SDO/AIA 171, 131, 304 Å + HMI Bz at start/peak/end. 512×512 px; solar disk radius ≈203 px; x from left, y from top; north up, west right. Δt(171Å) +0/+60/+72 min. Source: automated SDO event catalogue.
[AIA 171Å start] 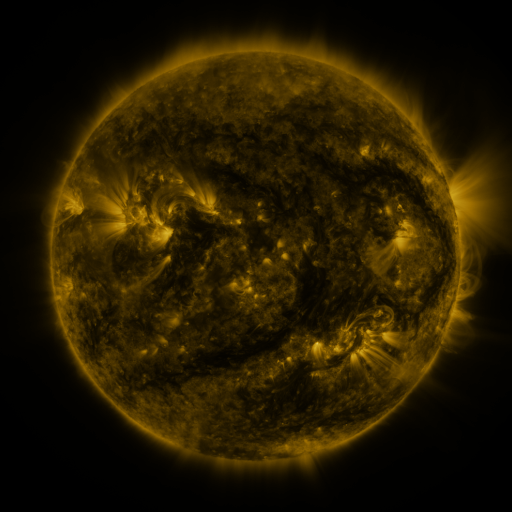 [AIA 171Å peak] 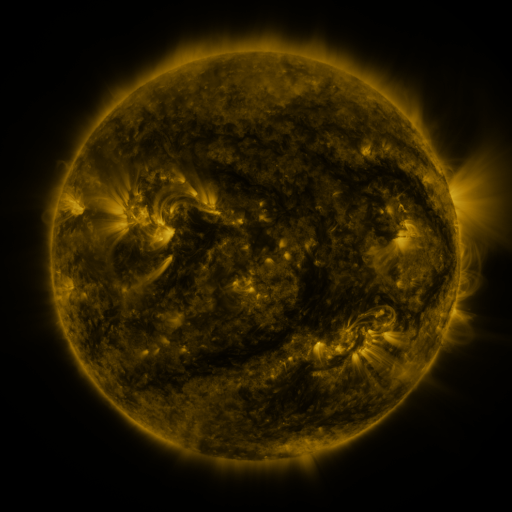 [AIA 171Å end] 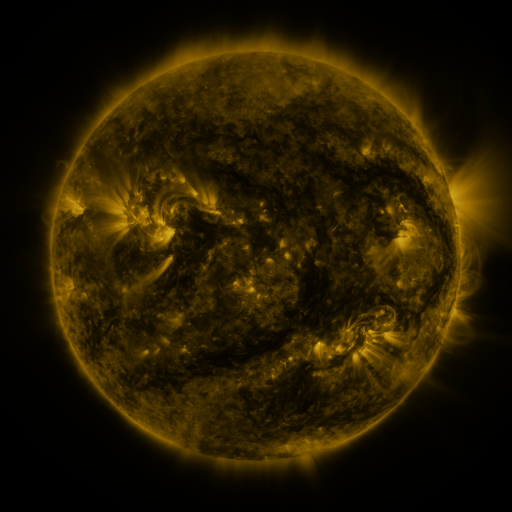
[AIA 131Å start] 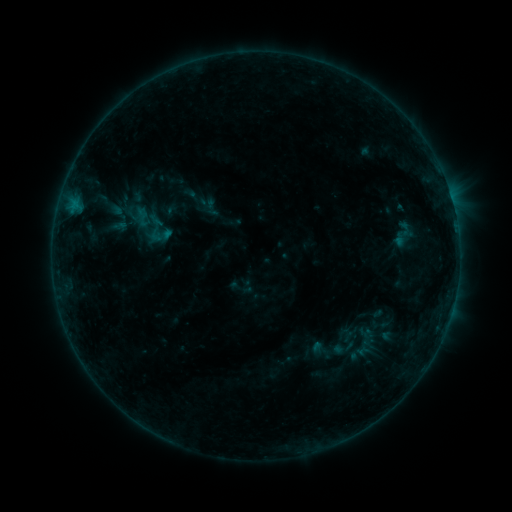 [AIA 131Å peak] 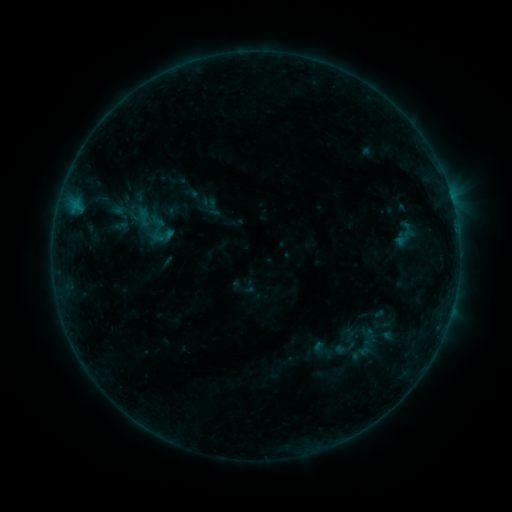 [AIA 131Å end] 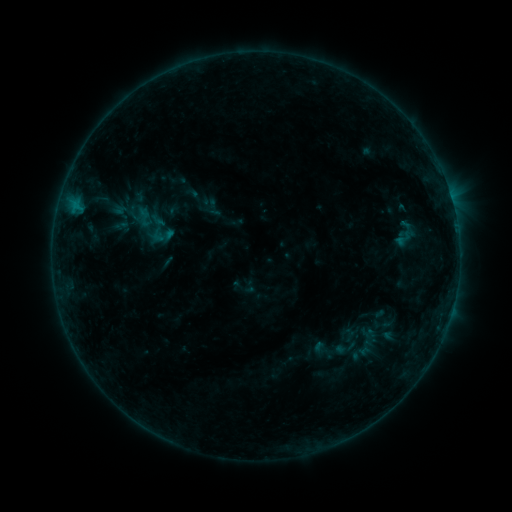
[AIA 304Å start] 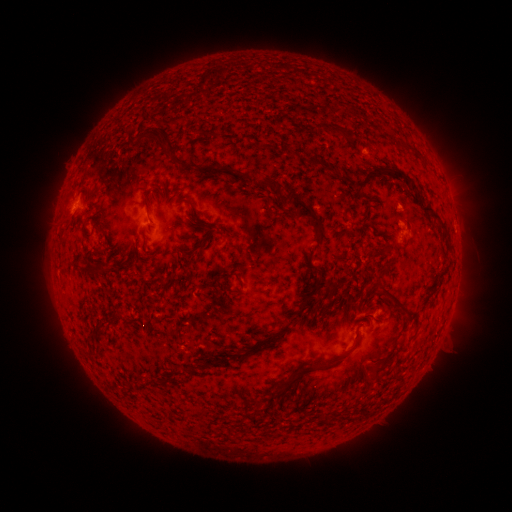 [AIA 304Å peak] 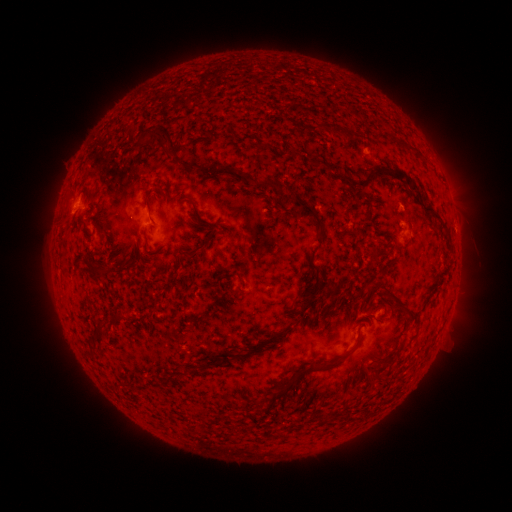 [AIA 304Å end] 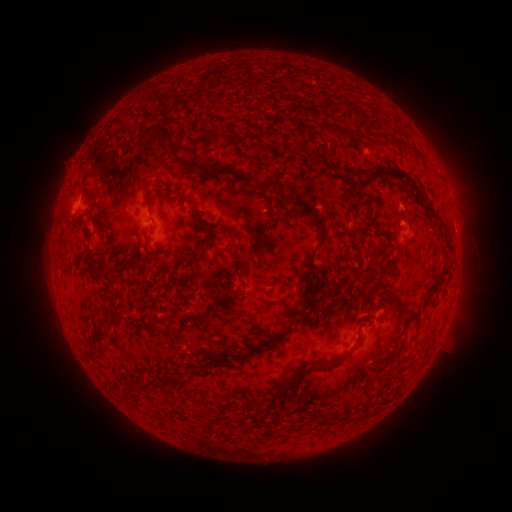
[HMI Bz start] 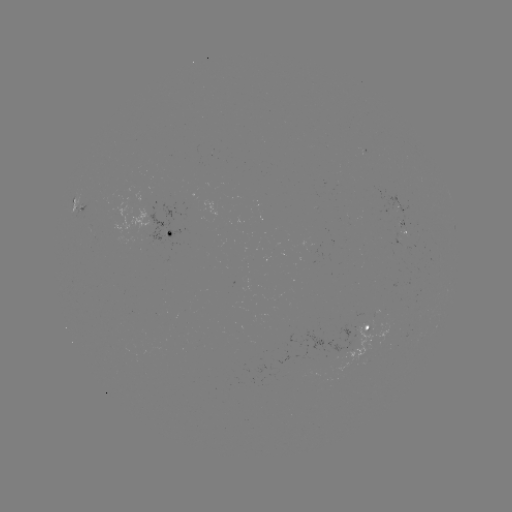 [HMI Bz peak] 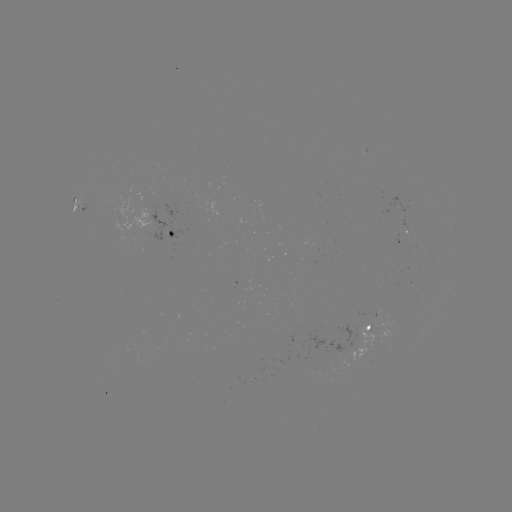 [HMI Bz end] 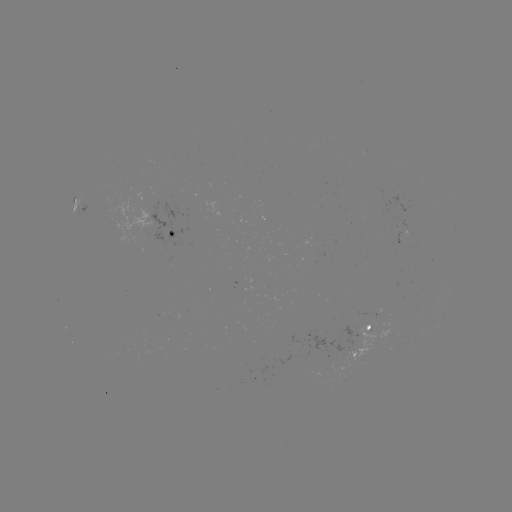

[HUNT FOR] emerging-flux region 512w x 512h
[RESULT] [368, 317]